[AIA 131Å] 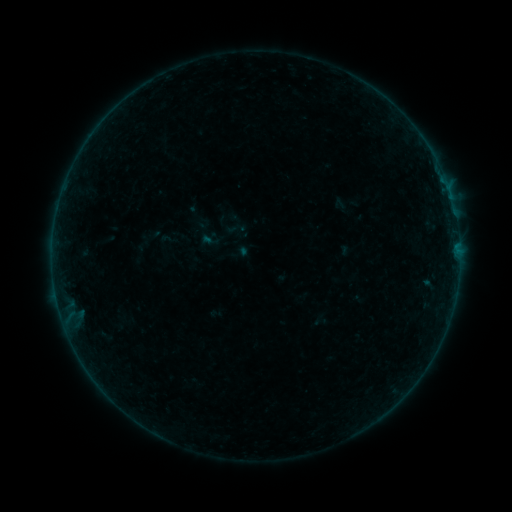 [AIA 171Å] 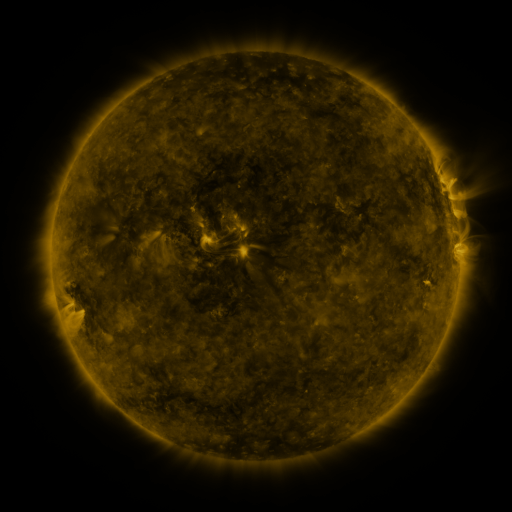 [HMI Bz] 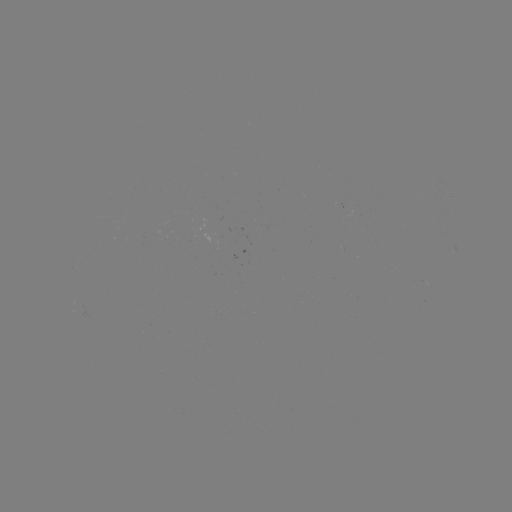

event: sigmoid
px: (236, 228)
